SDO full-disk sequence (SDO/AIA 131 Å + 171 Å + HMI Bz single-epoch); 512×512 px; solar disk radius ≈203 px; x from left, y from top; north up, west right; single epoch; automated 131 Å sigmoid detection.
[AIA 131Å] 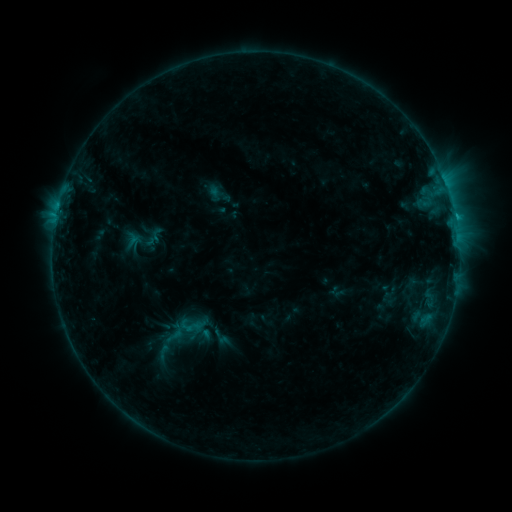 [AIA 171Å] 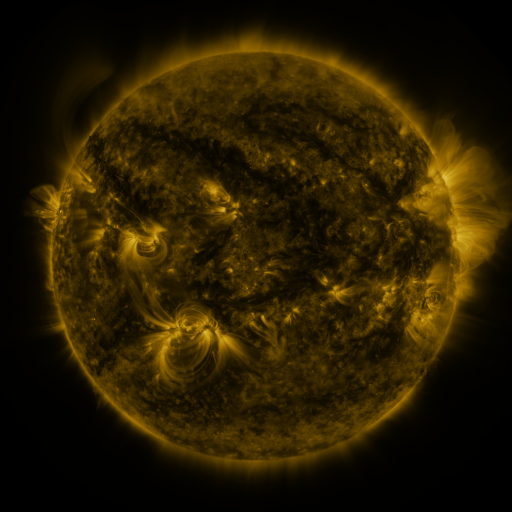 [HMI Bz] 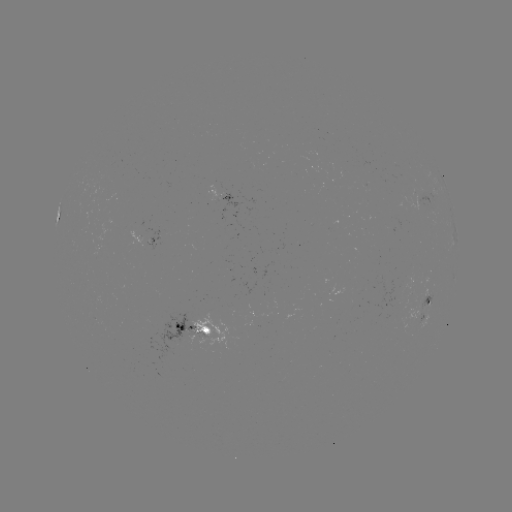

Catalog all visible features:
sigmoid: (174, 333)
